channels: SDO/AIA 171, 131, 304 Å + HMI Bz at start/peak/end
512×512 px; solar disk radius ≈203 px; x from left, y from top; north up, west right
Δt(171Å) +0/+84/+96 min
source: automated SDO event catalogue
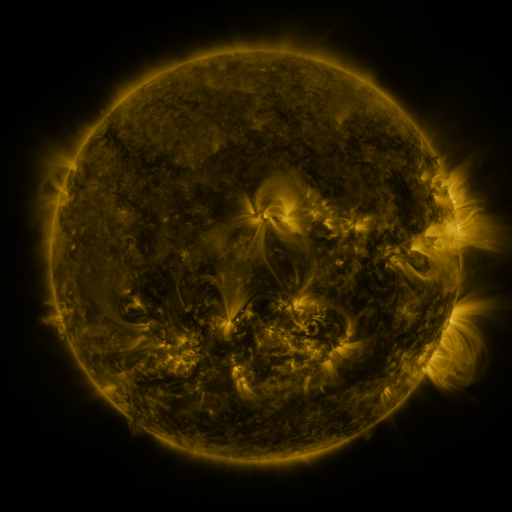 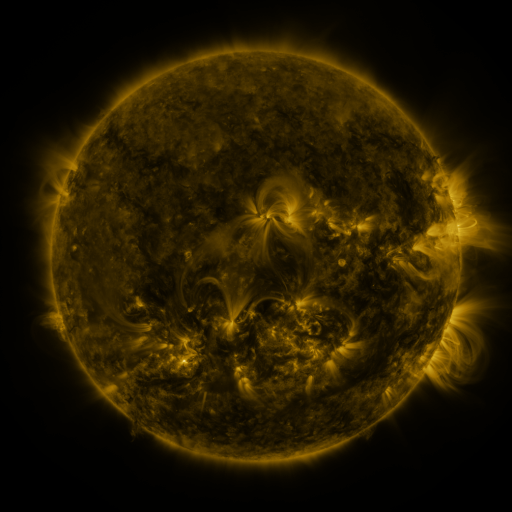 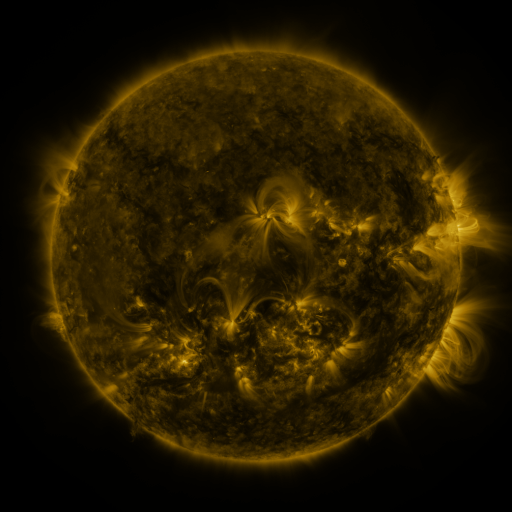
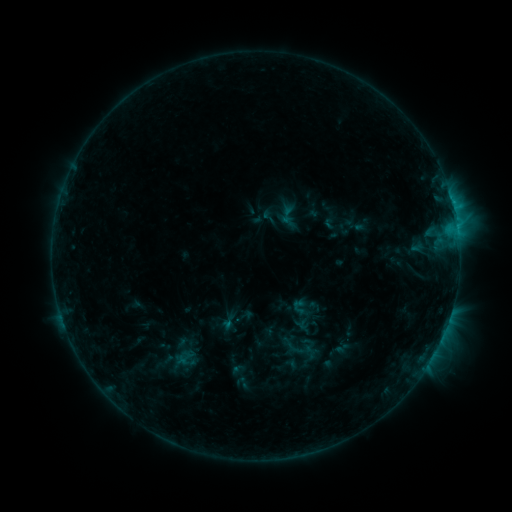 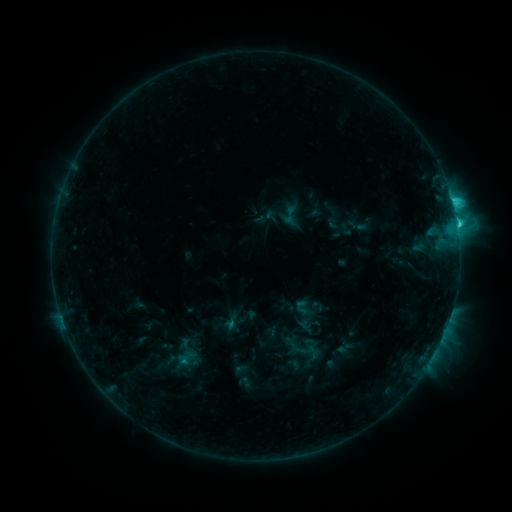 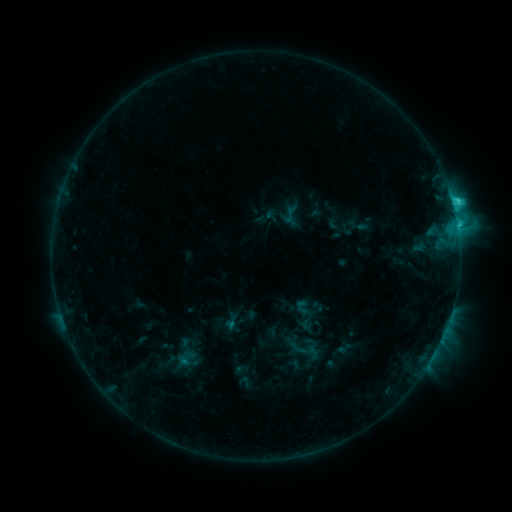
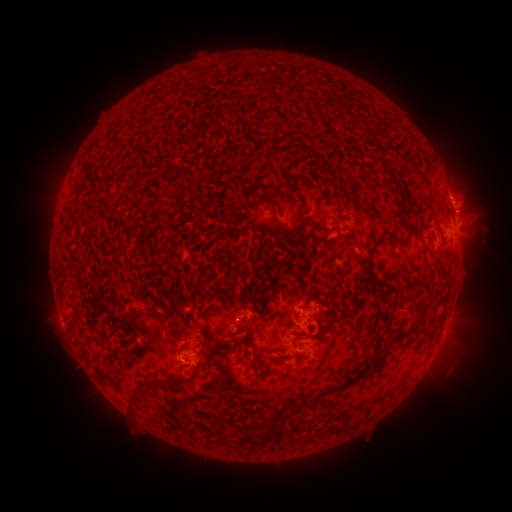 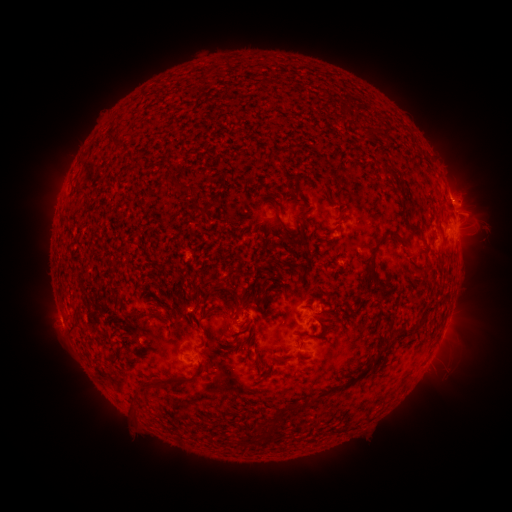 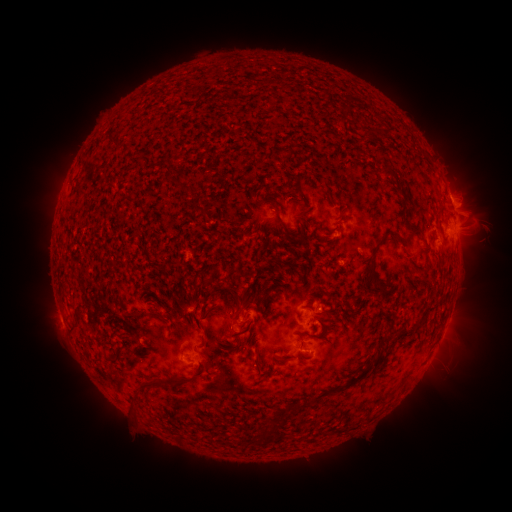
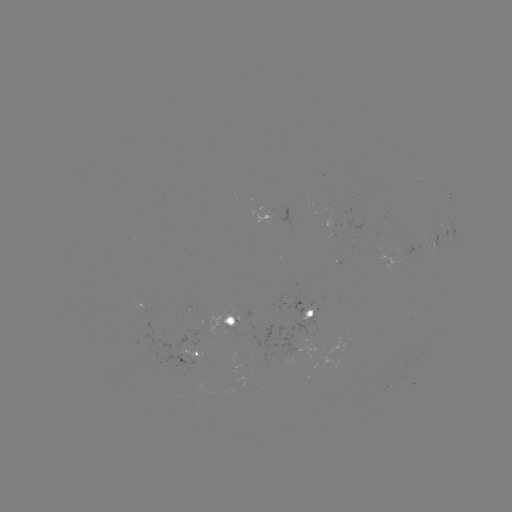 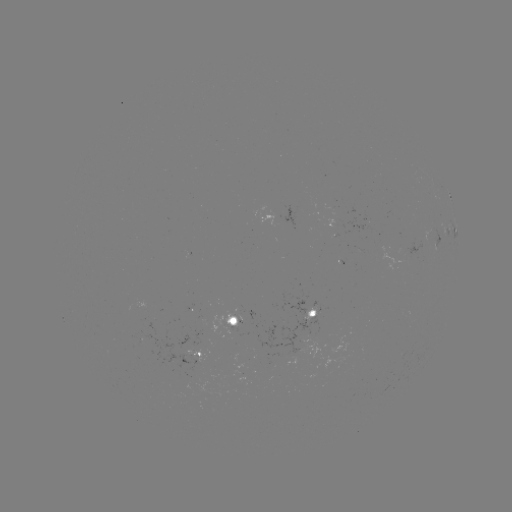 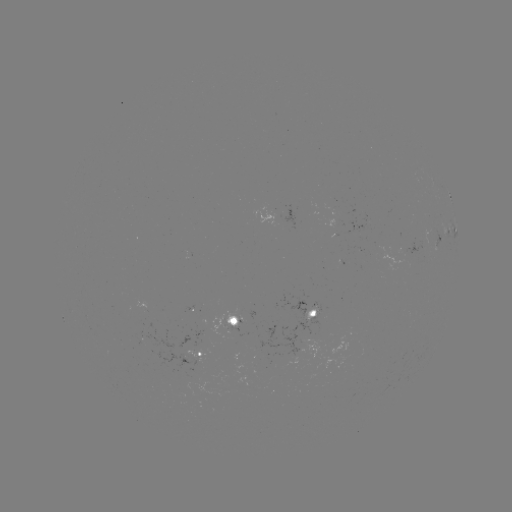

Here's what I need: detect emerging-flux region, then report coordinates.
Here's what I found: emerging-flux region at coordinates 234,325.